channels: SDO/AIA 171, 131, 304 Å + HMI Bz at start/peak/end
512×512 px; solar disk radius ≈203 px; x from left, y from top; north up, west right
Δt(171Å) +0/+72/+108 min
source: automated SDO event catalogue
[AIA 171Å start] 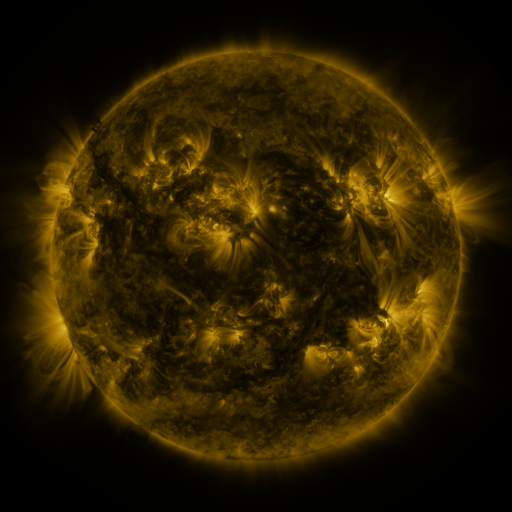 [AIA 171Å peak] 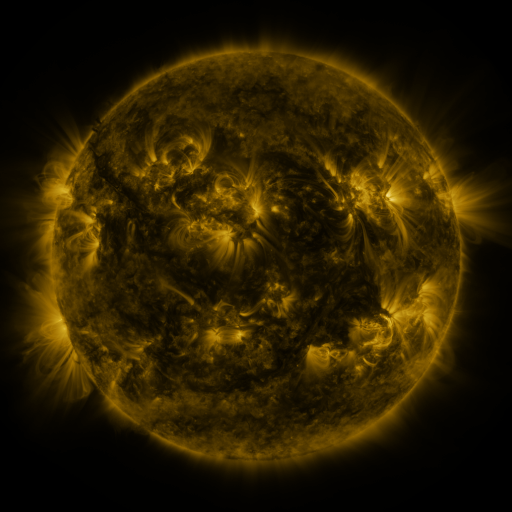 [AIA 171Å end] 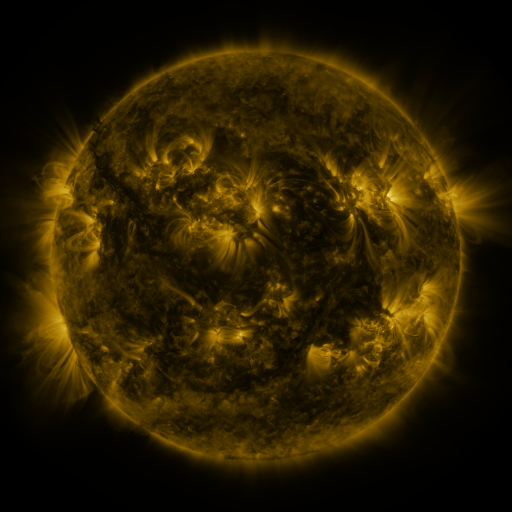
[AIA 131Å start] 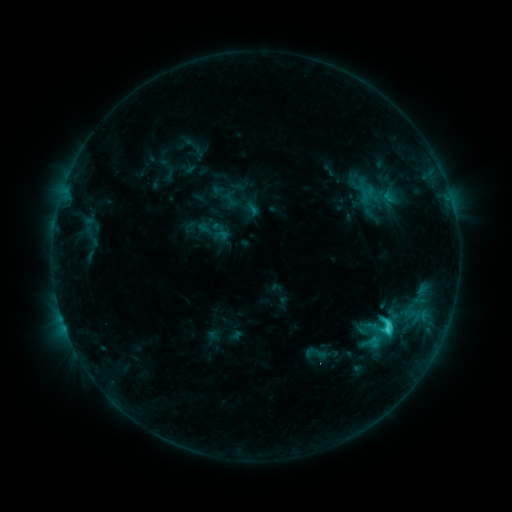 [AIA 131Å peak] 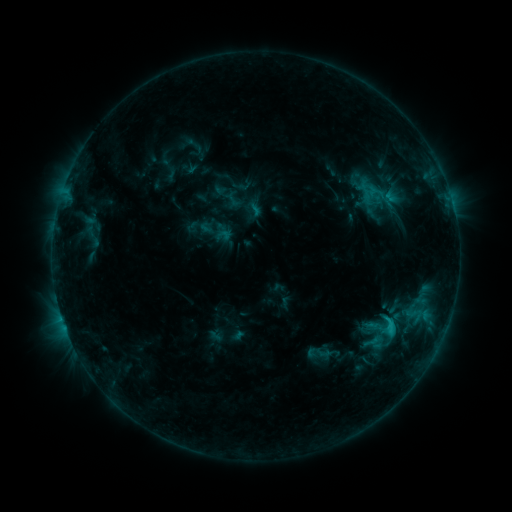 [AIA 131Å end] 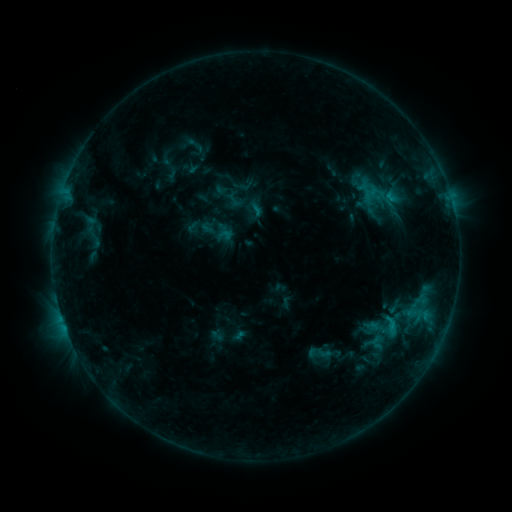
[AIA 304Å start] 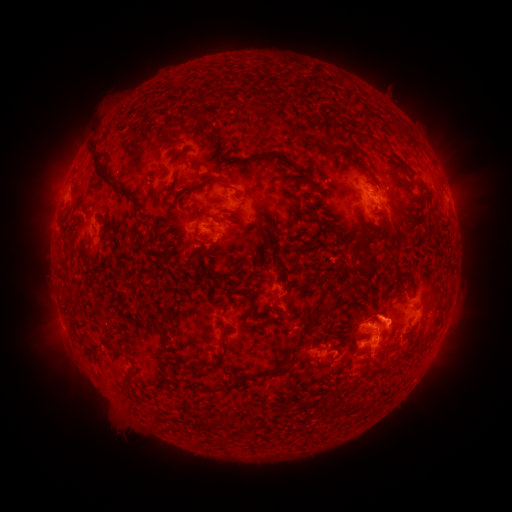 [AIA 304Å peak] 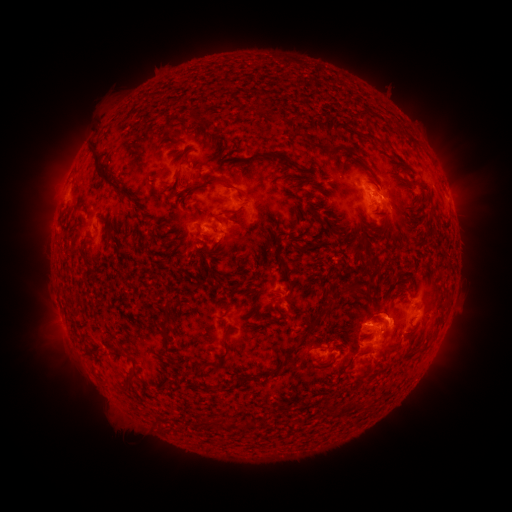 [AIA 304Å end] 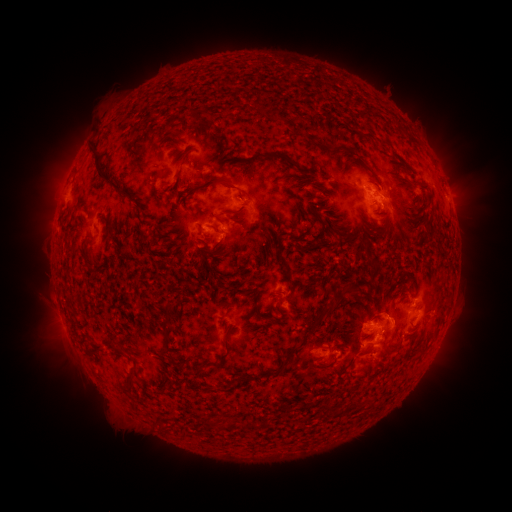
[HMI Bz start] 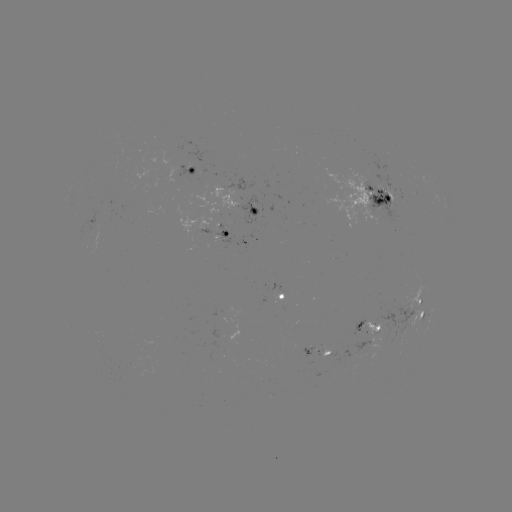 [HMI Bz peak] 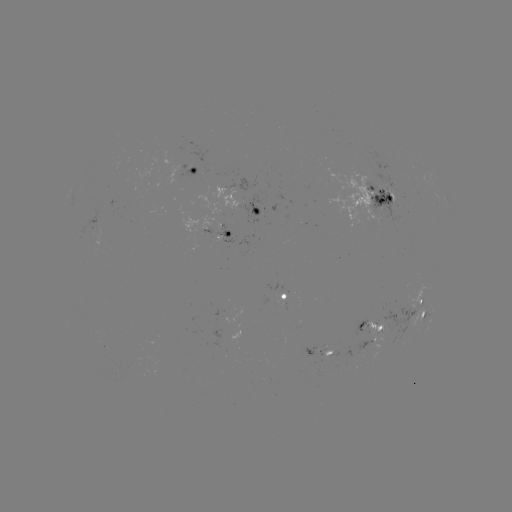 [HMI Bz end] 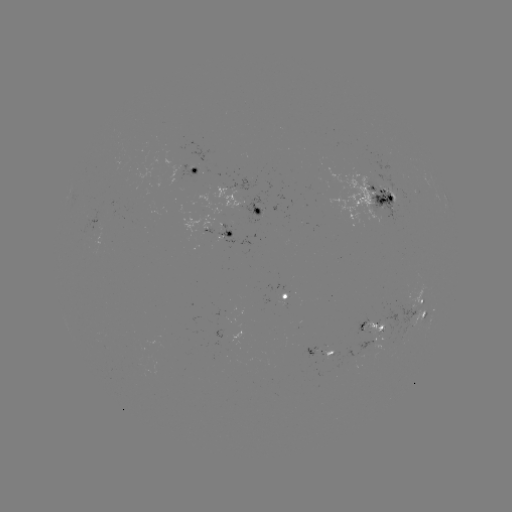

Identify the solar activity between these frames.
emerging-flux region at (382, 191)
